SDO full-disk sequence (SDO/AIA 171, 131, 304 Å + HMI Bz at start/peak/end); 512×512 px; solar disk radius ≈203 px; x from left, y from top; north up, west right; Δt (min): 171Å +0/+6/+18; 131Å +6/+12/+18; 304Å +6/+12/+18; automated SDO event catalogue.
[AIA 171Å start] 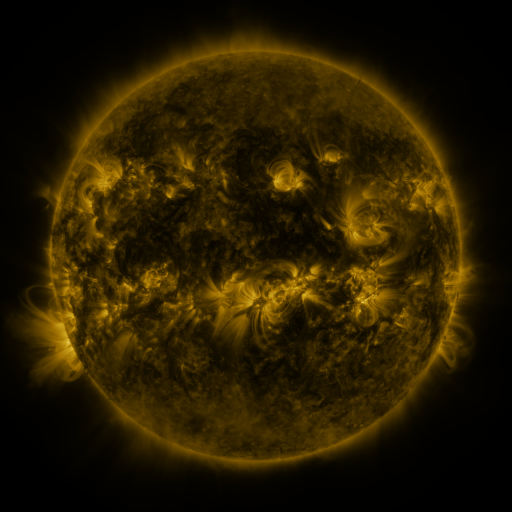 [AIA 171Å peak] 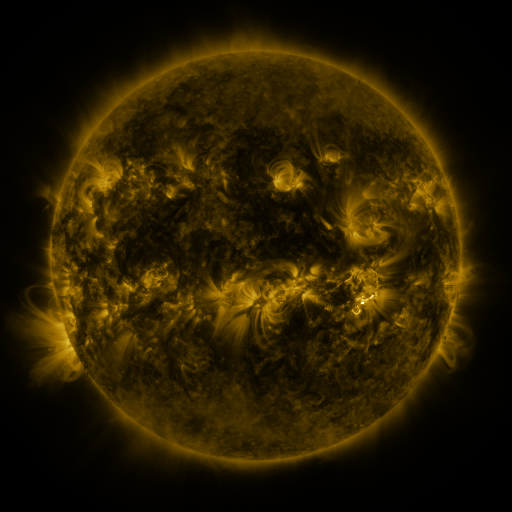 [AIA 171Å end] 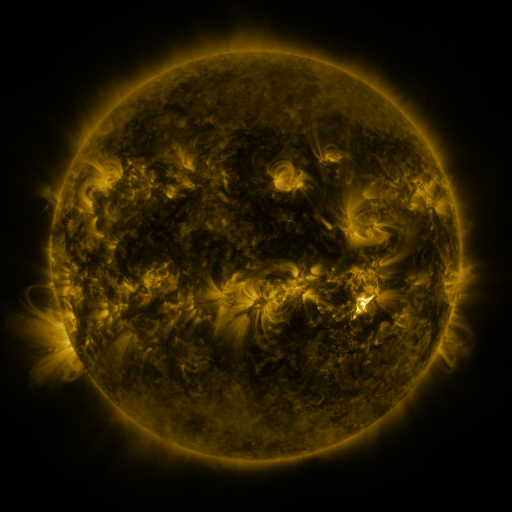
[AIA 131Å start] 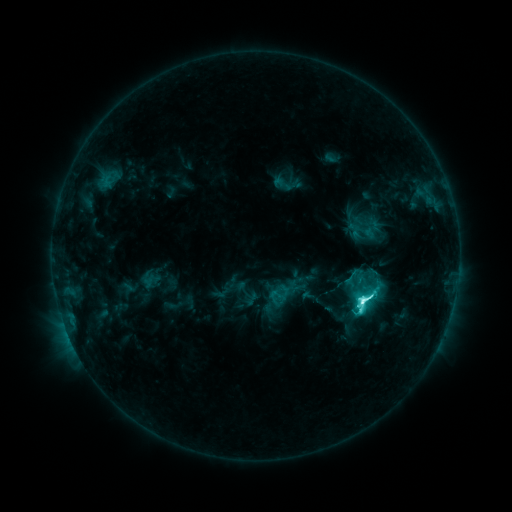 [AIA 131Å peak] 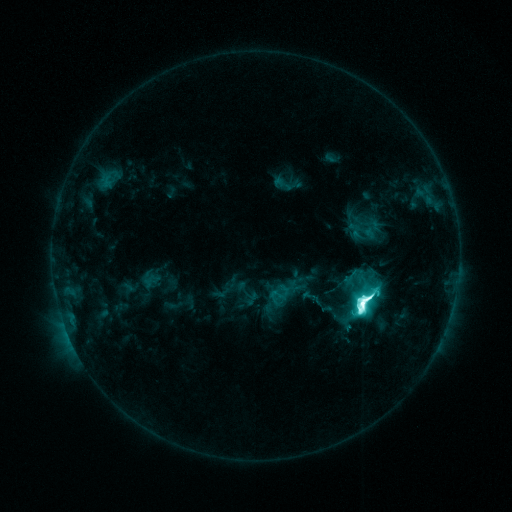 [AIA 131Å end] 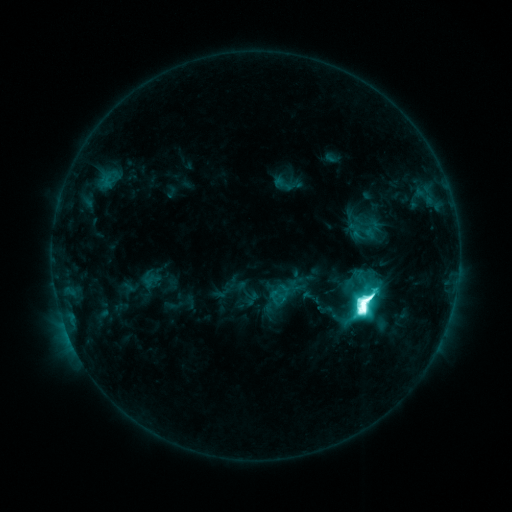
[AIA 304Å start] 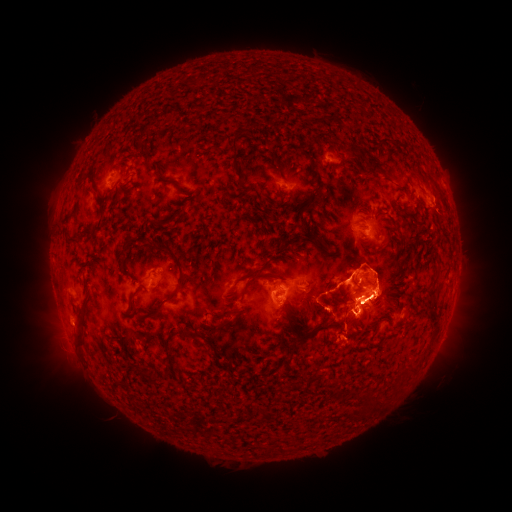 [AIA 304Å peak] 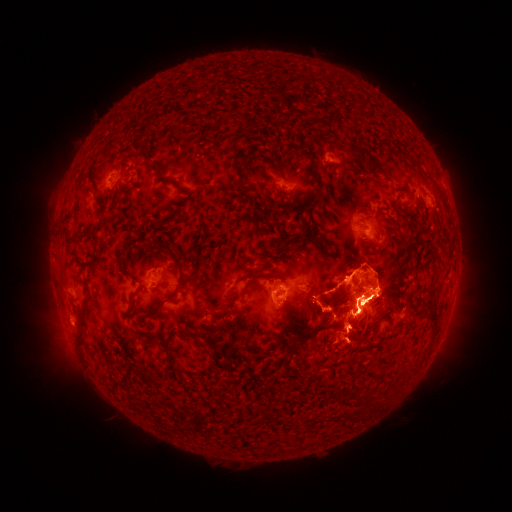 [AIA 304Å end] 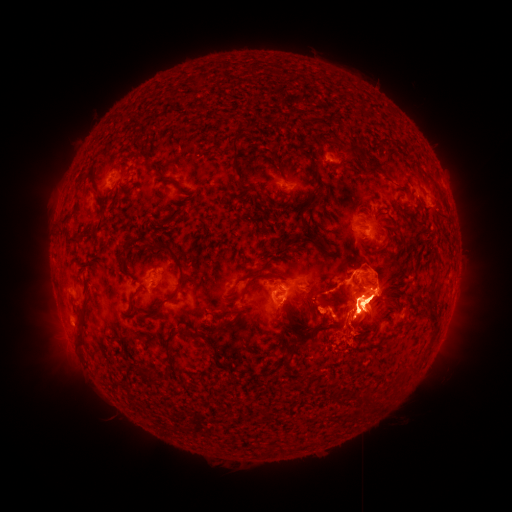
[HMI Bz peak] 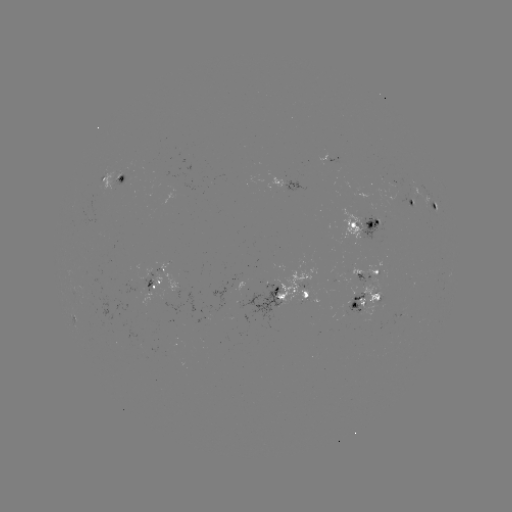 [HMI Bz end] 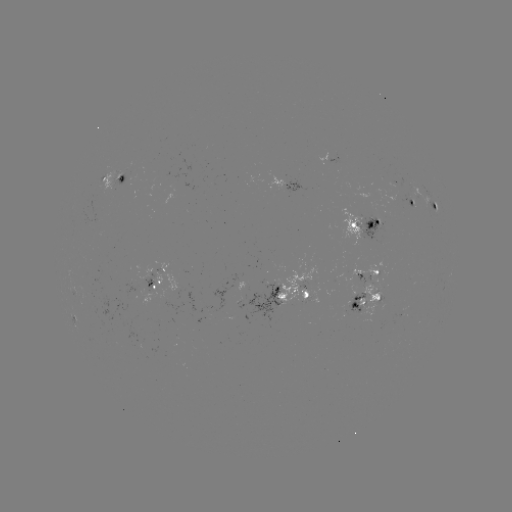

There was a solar eruption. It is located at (461, 311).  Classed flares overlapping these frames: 1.